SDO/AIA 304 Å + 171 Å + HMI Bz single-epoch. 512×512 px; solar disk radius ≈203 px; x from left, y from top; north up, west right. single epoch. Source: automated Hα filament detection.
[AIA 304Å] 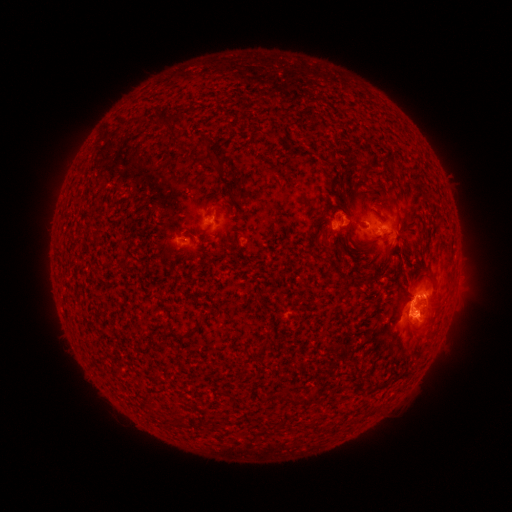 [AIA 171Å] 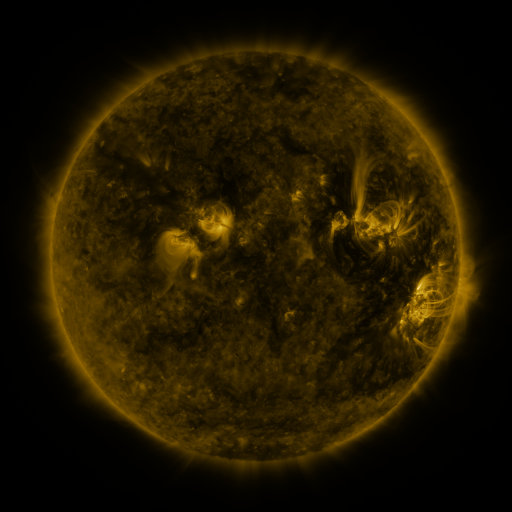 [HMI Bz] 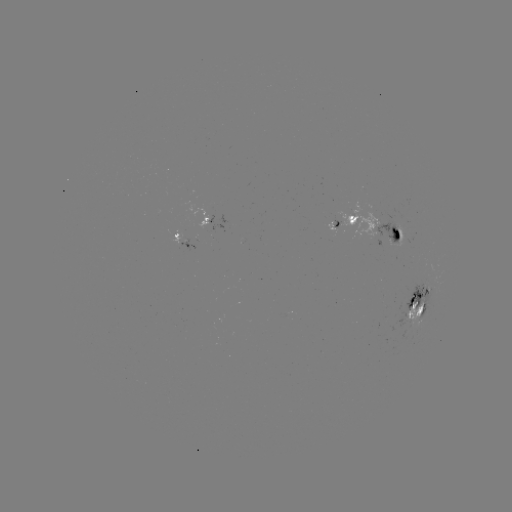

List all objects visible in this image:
filament: (167, 125)
filament: (213, 153)
filament: (362, 170)
filament: (378, 187)
filament: (336, 193)
filament: (393, 247)
filament: (341, 249)
filament: (436, 282)
filament: (421, 310)
filament: (429, 319)
filament: (193, 332)
filament: (263, 348)
filament: (286, 400)
filament: (308, 401)
filament: (182, 421)
